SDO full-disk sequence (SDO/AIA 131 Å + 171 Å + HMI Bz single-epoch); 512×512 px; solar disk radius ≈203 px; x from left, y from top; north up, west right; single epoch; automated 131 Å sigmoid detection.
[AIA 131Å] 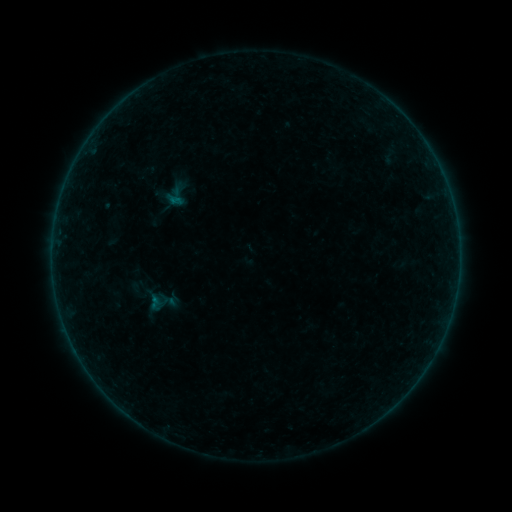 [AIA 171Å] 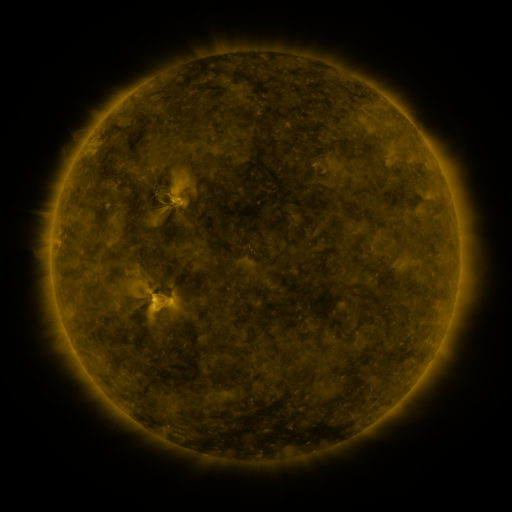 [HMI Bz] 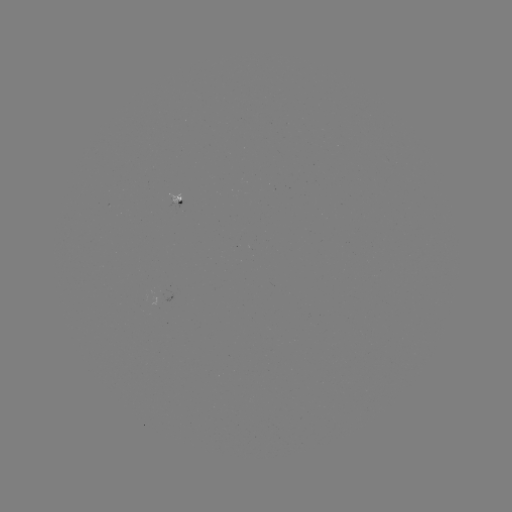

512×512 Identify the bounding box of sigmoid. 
[161, 181, 191, 210].